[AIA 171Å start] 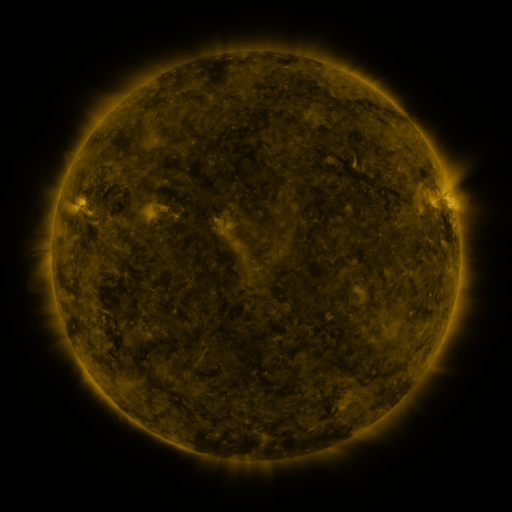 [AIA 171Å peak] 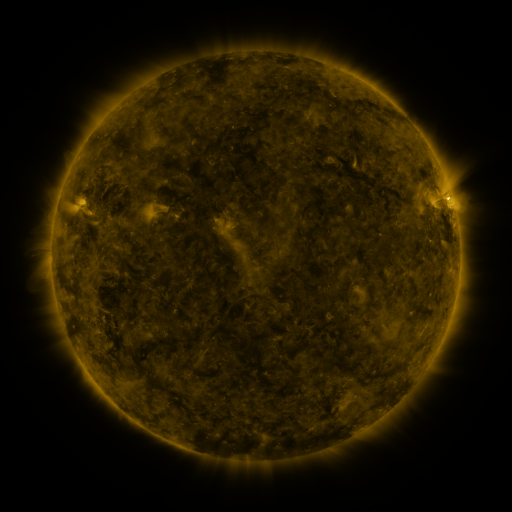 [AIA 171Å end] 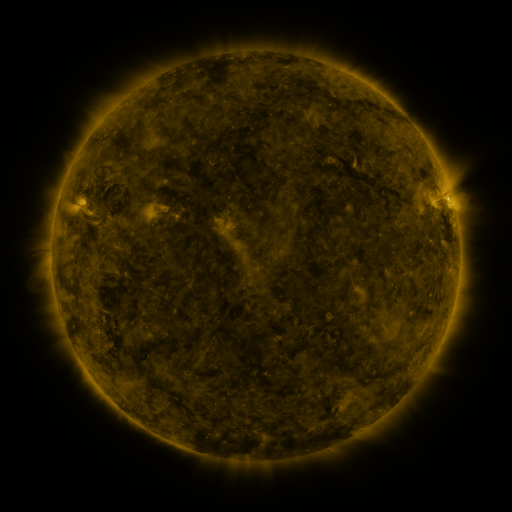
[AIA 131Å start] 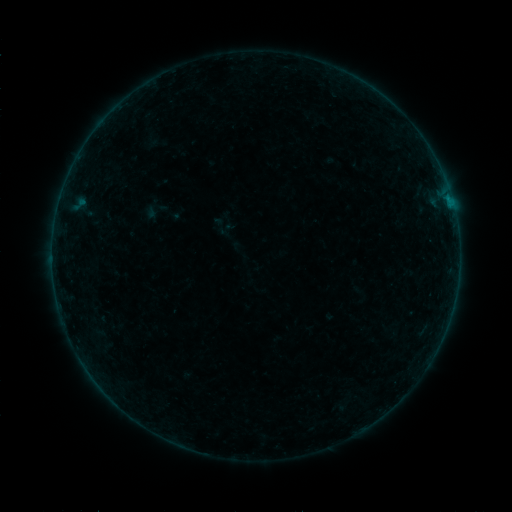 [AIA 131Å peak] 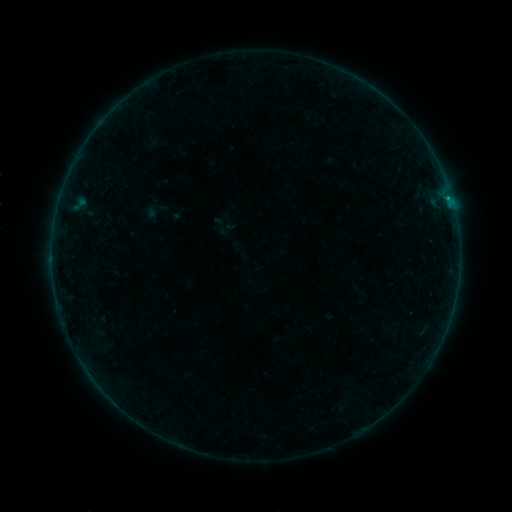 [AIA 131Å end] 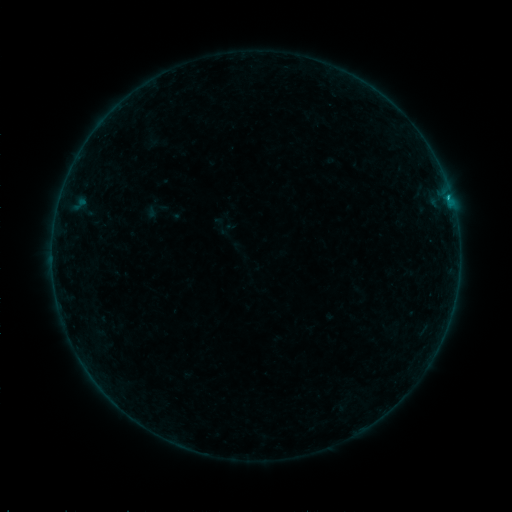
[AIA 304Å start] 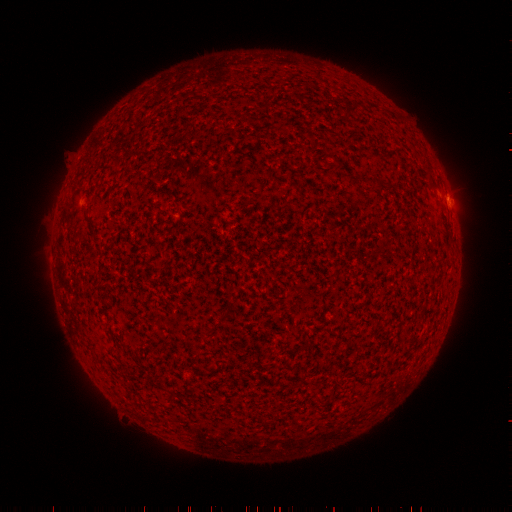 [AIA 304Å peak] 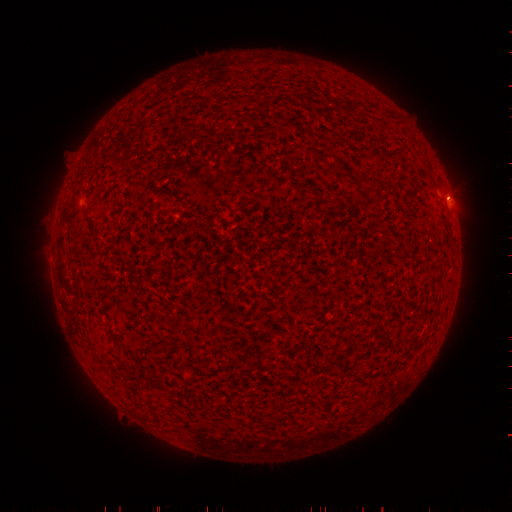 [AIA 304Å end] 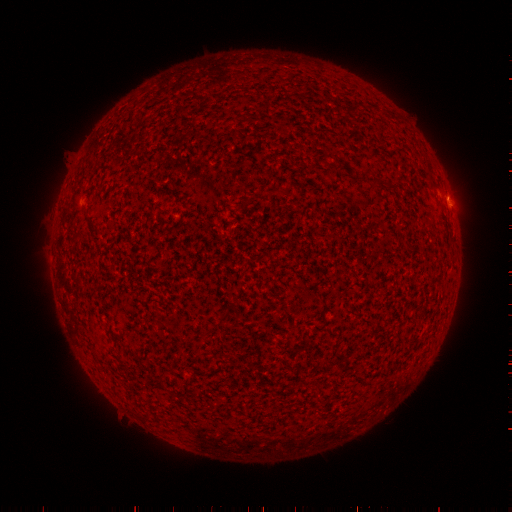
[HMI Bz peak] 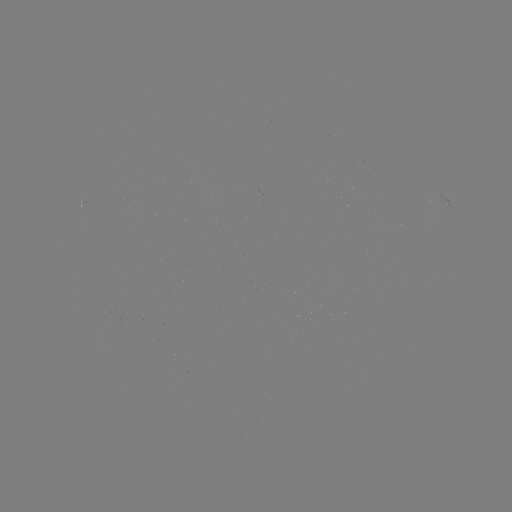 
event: flare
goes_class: B5.4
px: (448, 200)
